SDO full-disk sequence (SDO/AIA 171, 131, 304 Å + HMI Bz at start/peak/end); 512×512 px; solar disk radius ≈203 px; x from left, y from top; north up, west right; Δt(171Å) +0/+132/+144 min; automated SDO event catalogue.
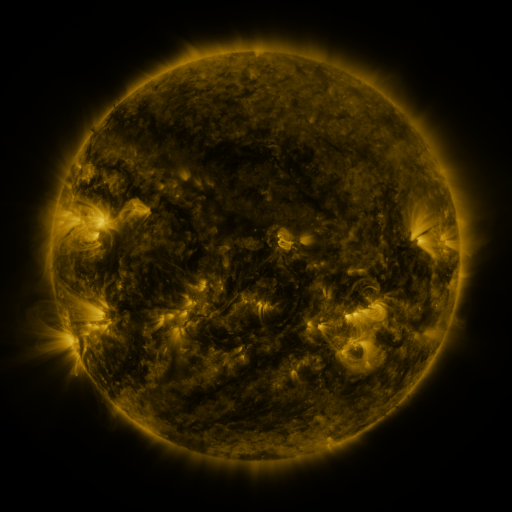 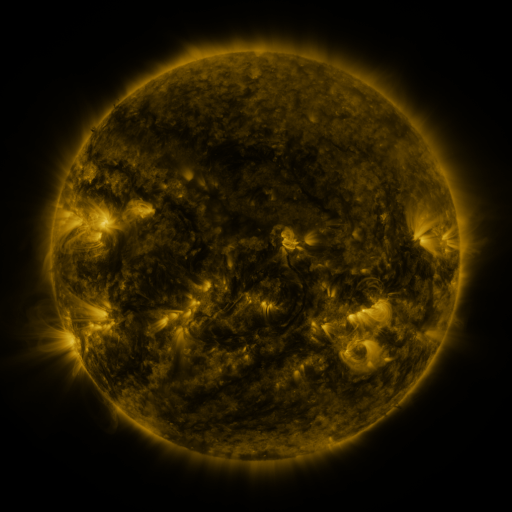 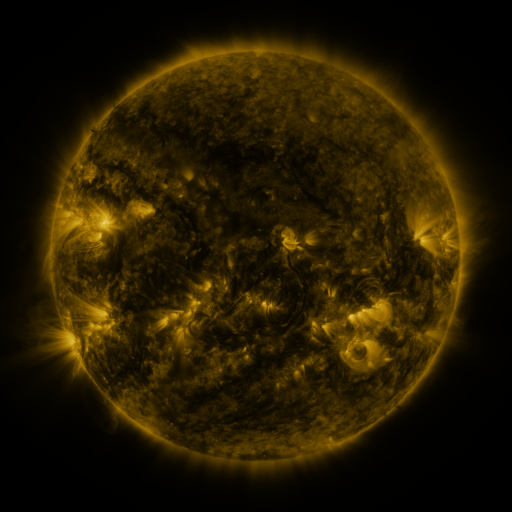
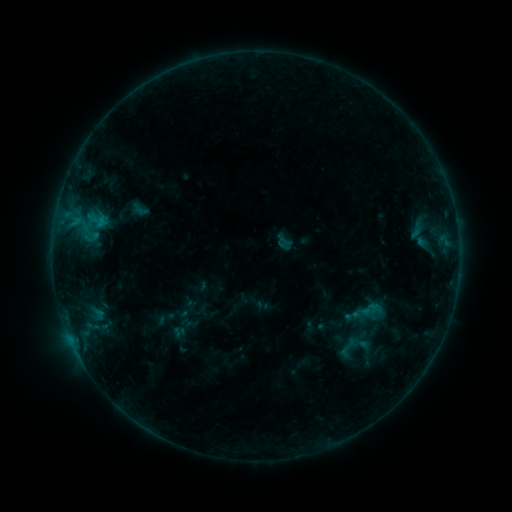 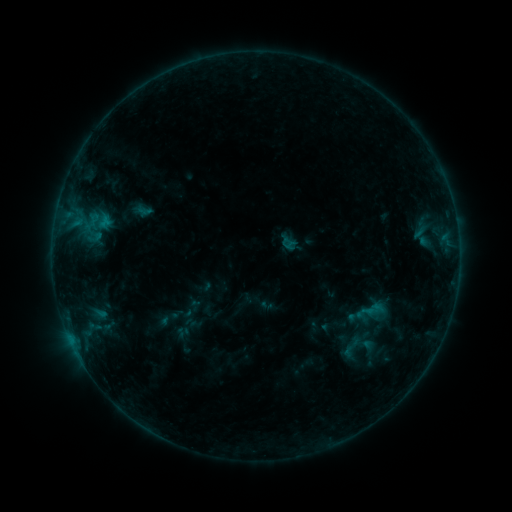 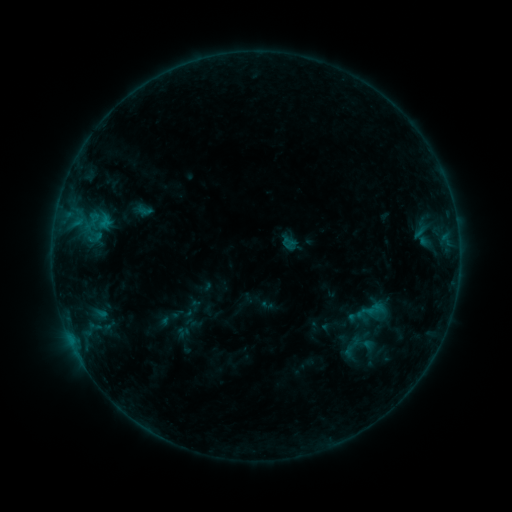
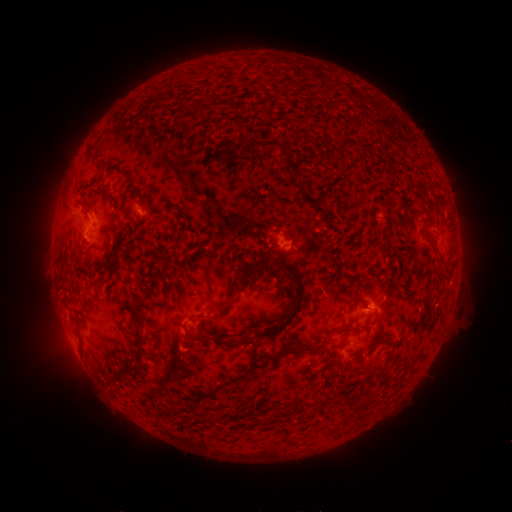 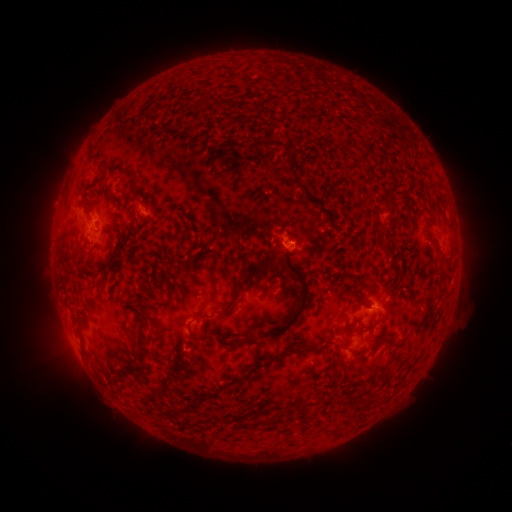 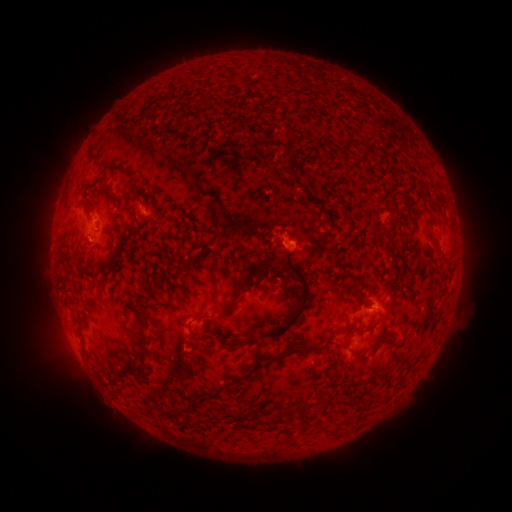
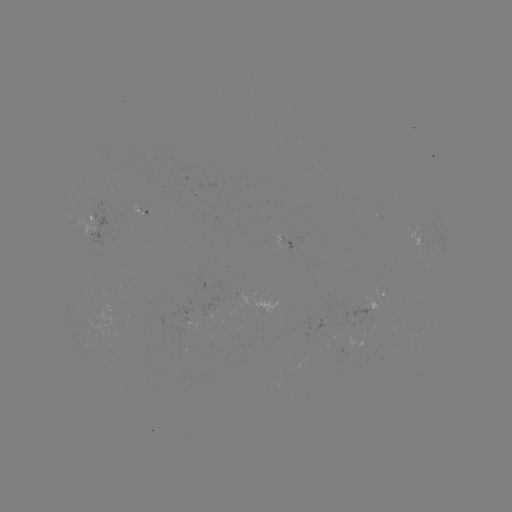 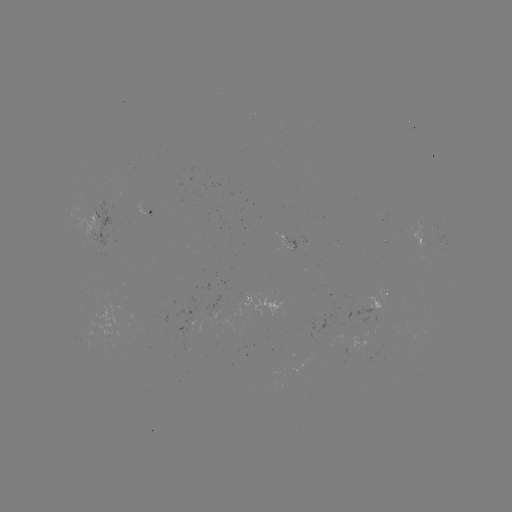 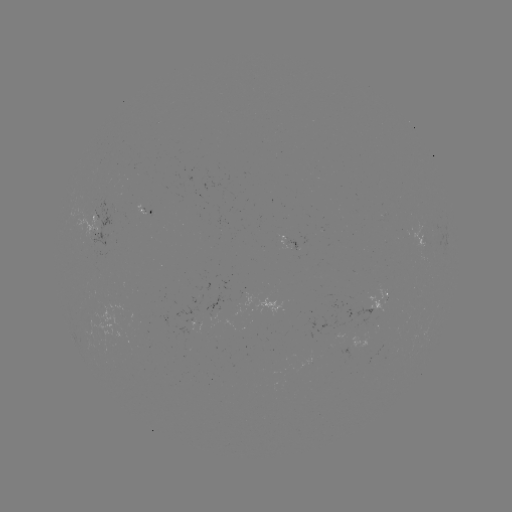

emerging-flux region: (286, 240, 297, 251)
